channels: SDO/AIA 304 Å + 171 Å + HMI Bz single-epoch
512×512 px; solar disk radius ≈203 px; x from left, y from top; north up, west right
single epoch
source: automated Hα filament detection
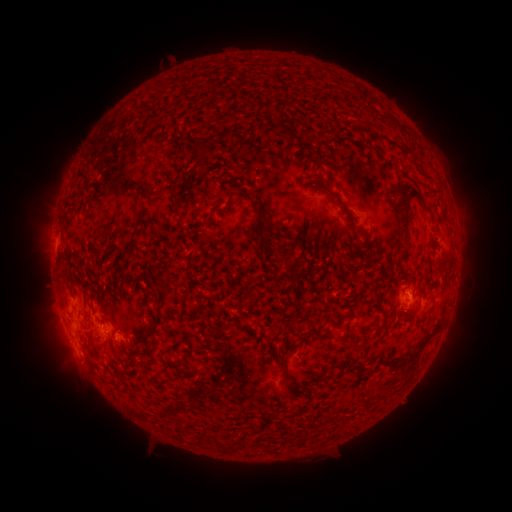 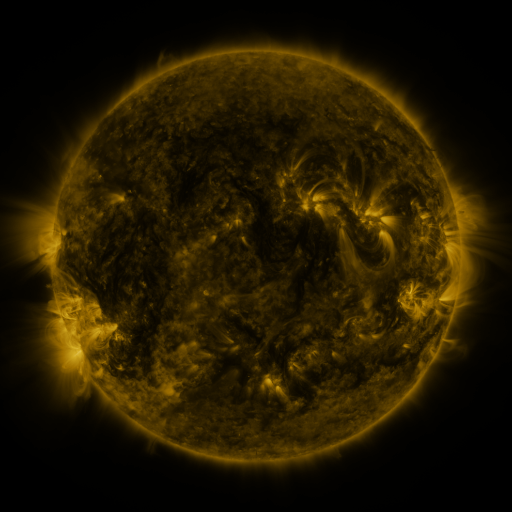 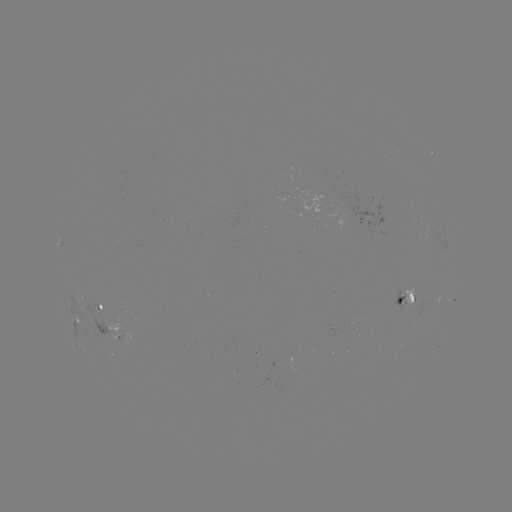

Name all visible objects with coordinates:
filament: <bbox>191, 141, 211, 161</bbox>
filament: <bbox>403, 145, 415, 159</bbox>
filament: <bbox>419, 169, 431, 182</bbox>
filament: <bbox>421, 185, 429, 193</bbox>
filament: <bbox>397, 190, 409, 241</bbox>
filament: <bbox>327, 191, 358, 239</bbox>
filament: <bbox>172, 192, 180, 207</bbox>
filament: <bbox>249, 200, 262, 224</bbox>
filament: <bbox>422, 205, 436, 225</bbox>
filament: <bbox>432, 228, 441, 236</bbox>
filament: <bbox>276, 244, 289, 259</bbox>
filament: <bbox>283, 265, 296, 273</bbox>
filament: <bbox>155, 275, 168, 304</bbox>
filament: <bbox>389, 324, 440, 373</bbox>
filament: <bbox>329, 362, 343, 371</bbox>
filament: <bbox>351, 364, 361, 378</bbox>
filament: <bbox>279, 368, 287, 385</bbox>
filament: <bbox>211, 437, 224, 449</bbox>
